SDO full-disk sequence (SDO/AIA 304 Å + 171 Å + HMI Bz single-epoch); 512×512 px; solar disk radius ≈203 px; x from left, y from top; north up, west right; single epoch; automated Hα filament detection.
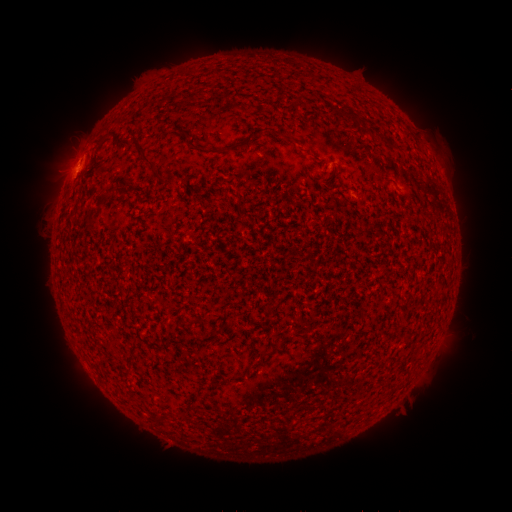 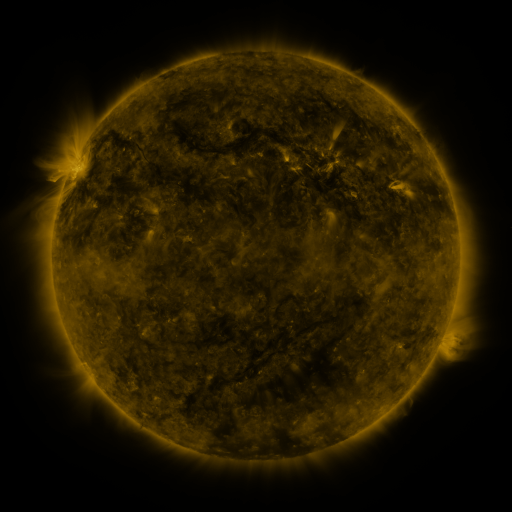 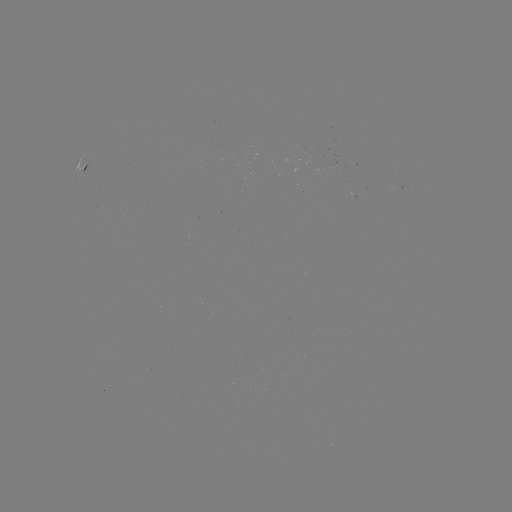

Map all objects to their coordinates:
filament: <bbox>337, 110, 362, 124</bbox>
filament: <bbox>285, 133, 299, 147</bbox>
filament: <bbox>379, 134, 387, 145</bbox>
filament: <bbox>135, 137, 155, 164</bbox>
filament: <bbox>199, 143, 210, 150</bbox>
filament: <bbox>225, 144, 236, 153</bbox>
filament: <bbox>96, 189, 114, 206</bbox>
filament: <bbox>265, 303, 279, 315</bbox>
filament: <bbox>256, 350, 270, 361</bbox>
filament: <bbox>175, 411, 185, 421</bbox>
